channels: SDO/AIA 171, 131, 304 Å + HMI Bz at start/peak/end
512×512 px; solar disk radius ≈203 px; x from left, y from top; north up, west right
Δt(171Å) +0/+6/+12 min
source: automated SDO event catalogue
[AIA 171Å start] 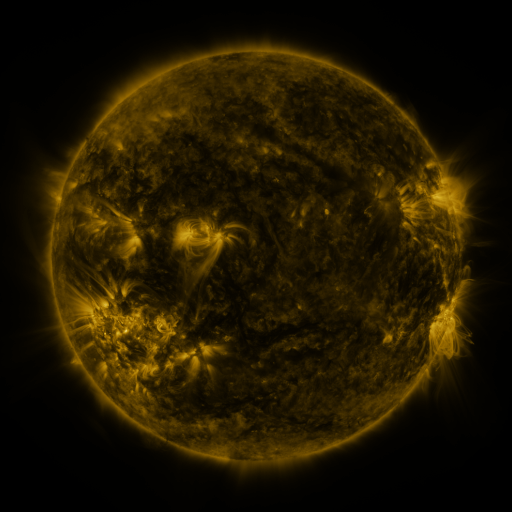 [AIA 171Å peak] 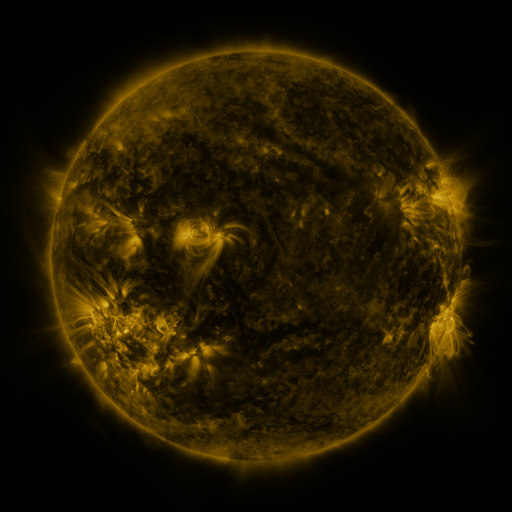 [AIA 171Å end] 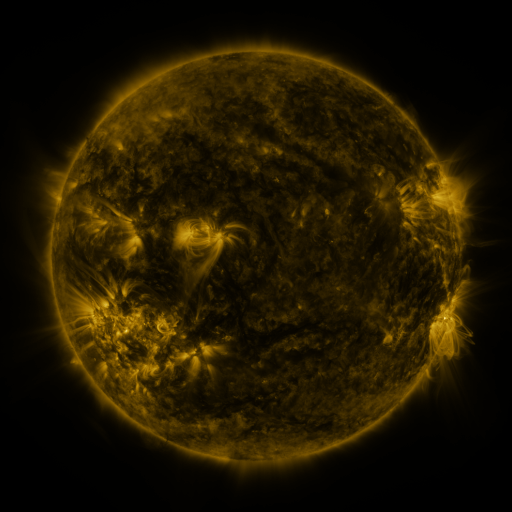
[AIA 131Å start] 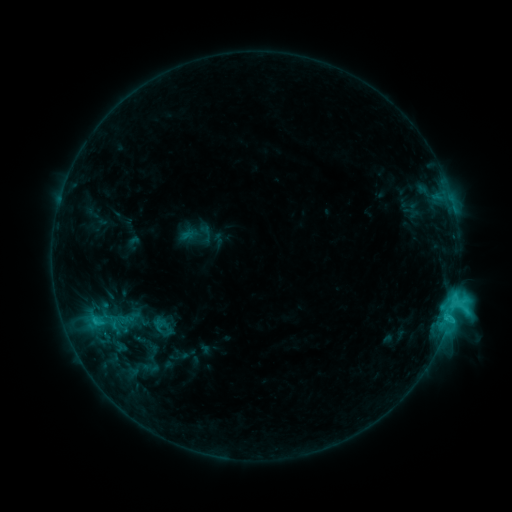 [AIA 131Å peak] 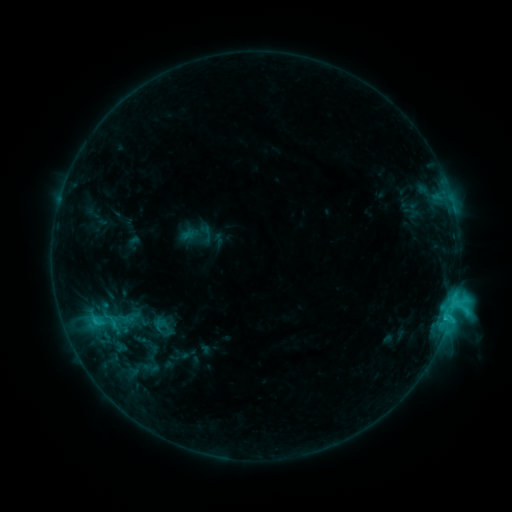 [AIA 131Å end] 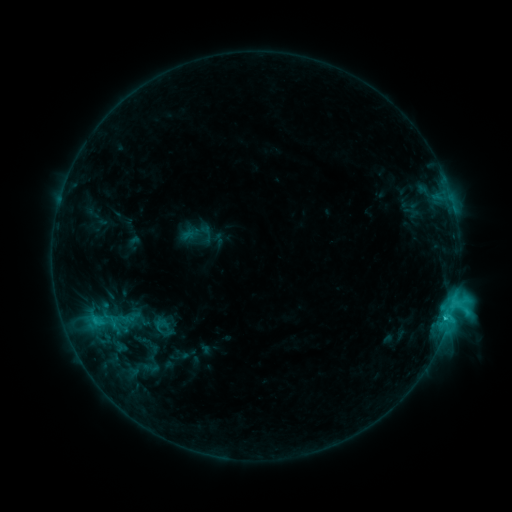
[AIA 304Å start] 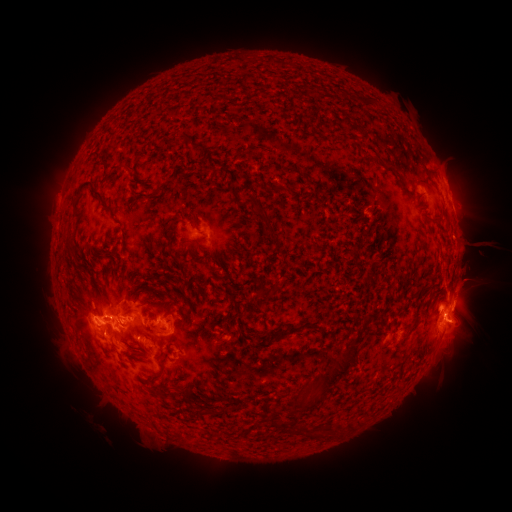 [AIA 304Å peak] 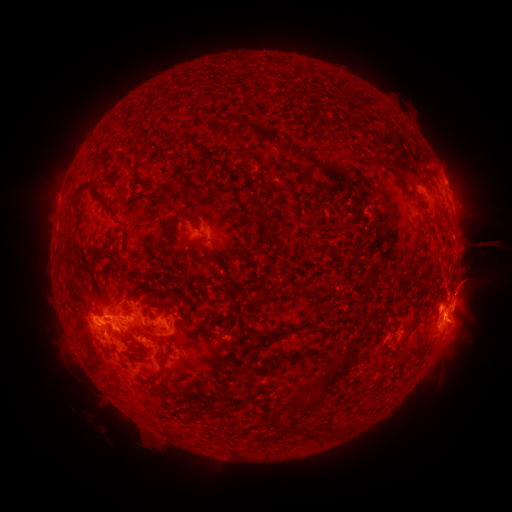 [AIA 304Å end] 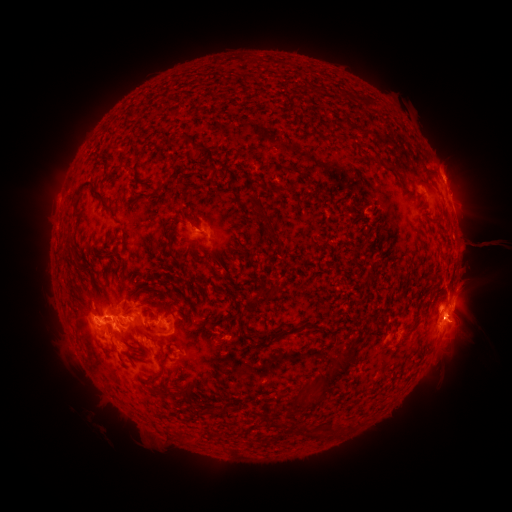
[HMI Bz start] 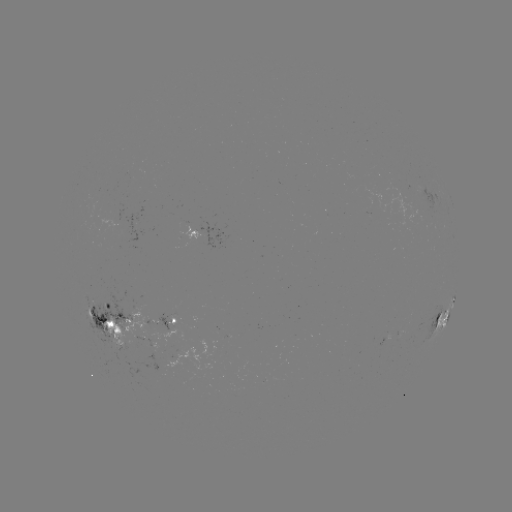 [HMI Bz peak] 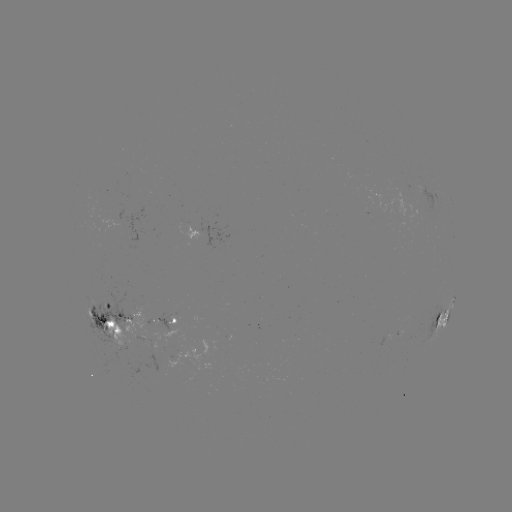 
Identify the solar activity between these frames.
eruption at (452, 167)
